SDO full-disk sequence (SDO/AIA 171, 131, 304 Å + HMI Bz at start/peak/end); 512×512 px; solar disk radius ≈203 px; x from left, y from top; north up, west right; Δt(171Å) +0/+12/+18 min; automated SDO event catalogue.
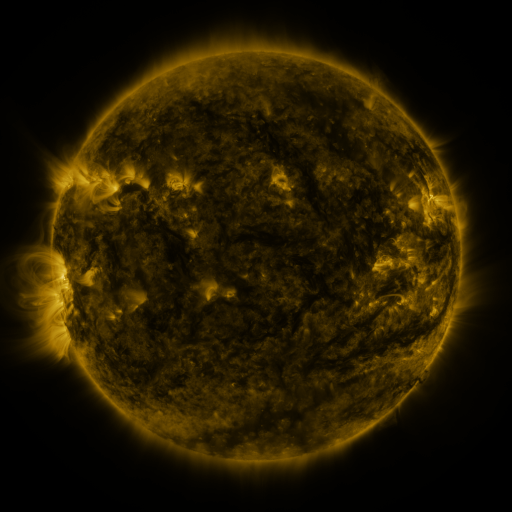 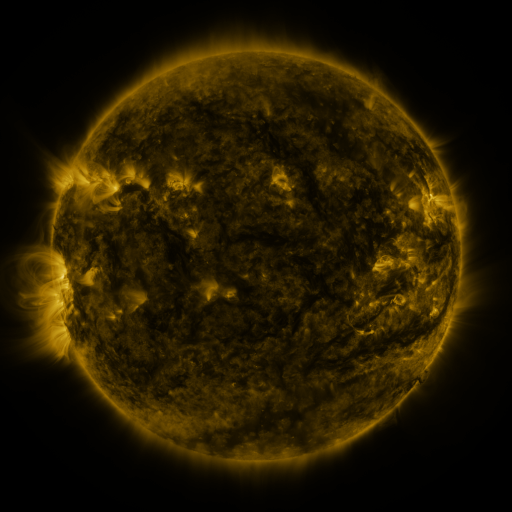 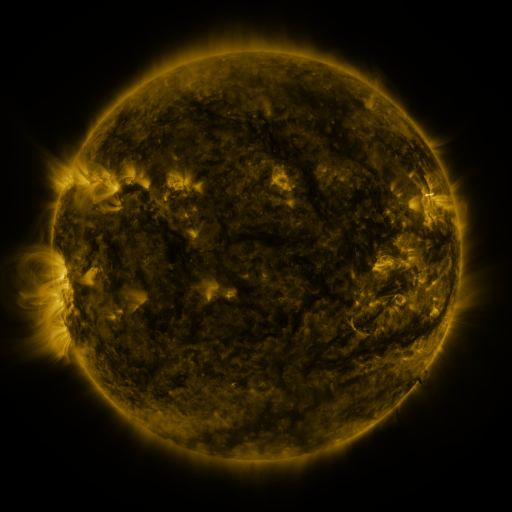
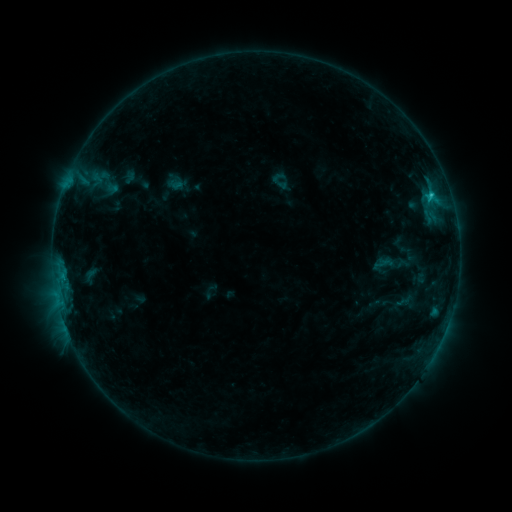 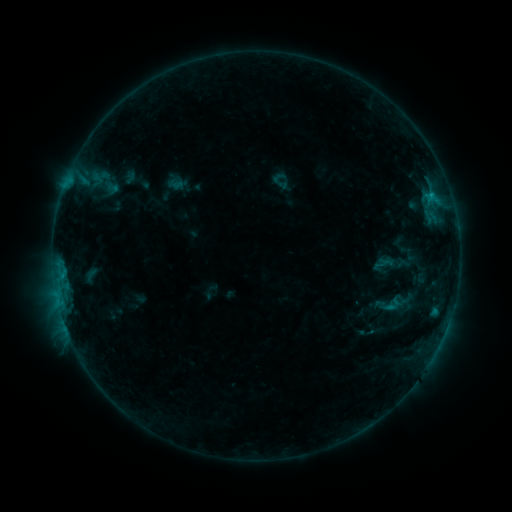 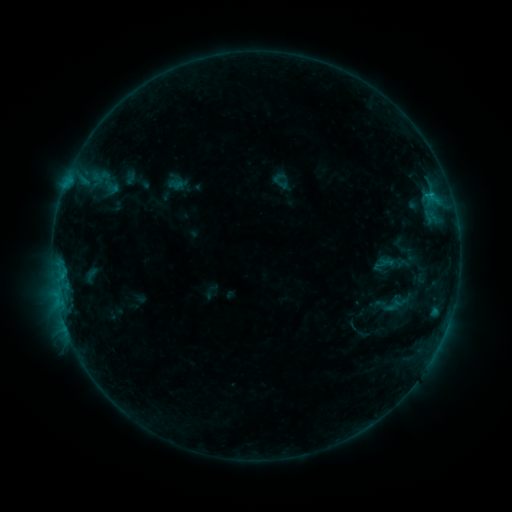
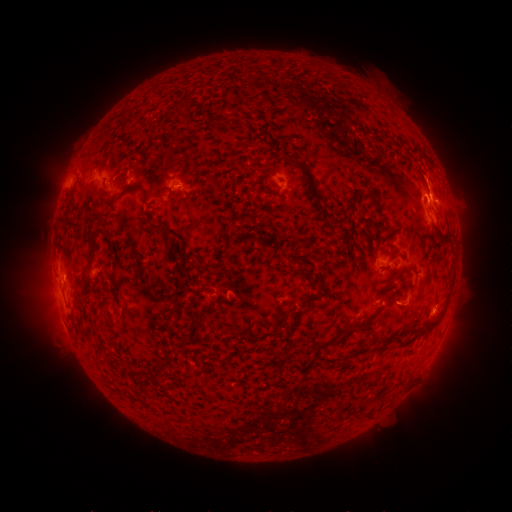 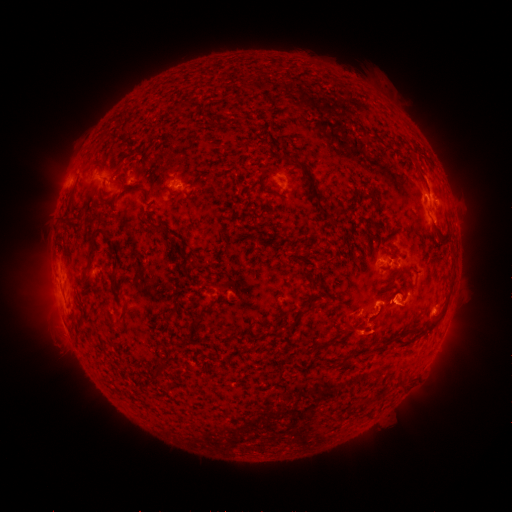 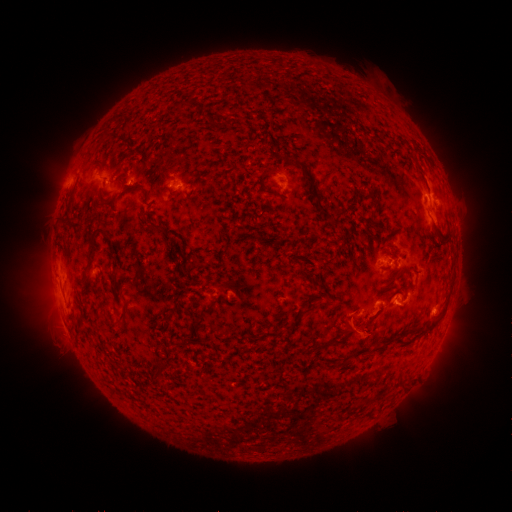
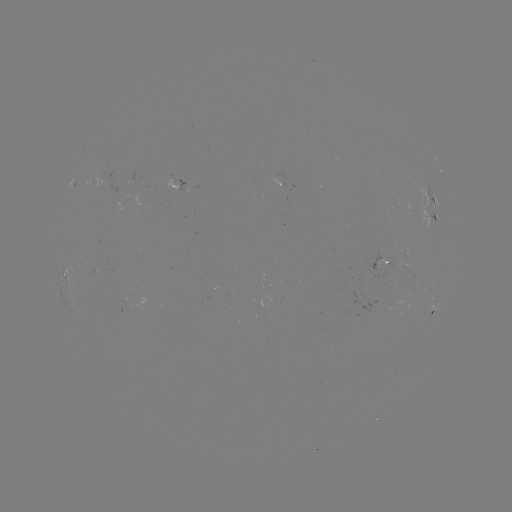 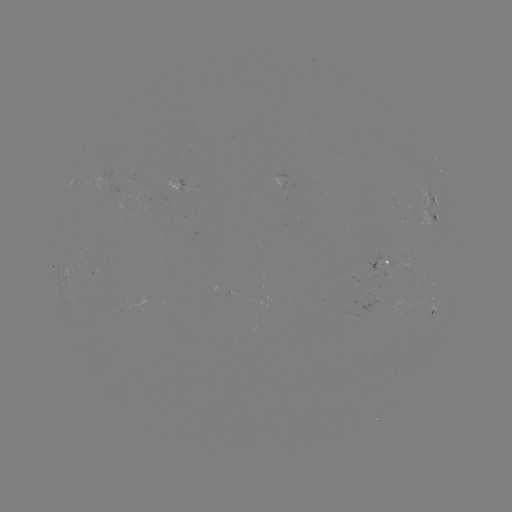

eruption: <bbox>326, 270, 418, 361</bbox>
